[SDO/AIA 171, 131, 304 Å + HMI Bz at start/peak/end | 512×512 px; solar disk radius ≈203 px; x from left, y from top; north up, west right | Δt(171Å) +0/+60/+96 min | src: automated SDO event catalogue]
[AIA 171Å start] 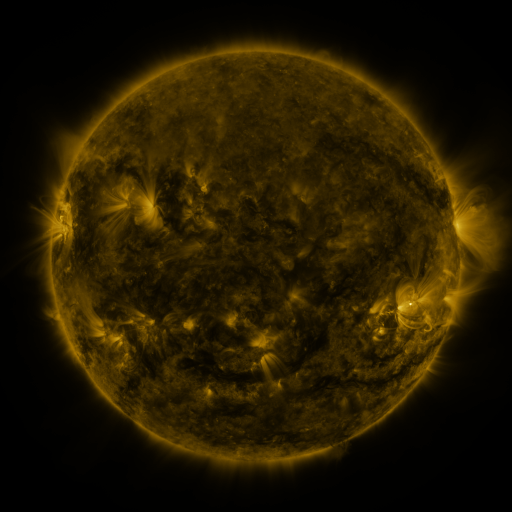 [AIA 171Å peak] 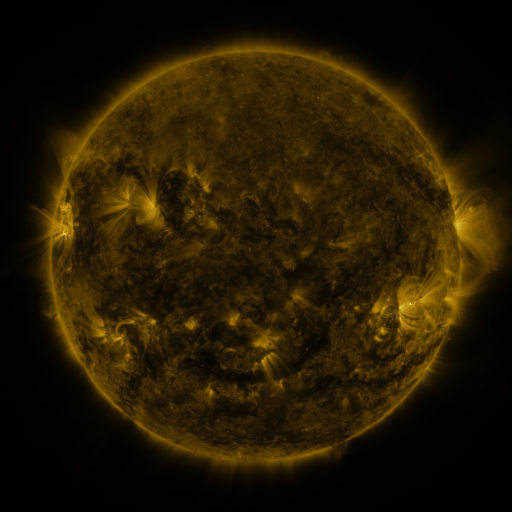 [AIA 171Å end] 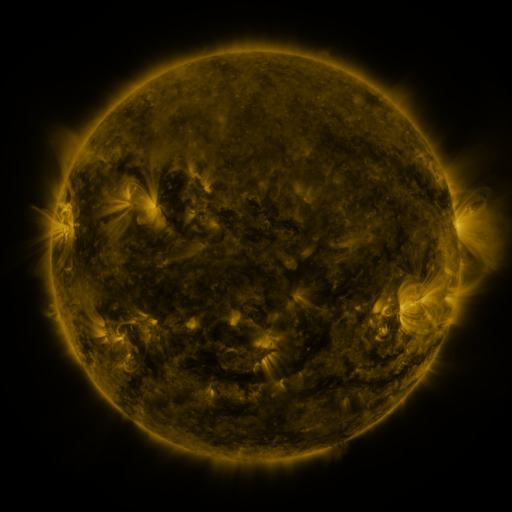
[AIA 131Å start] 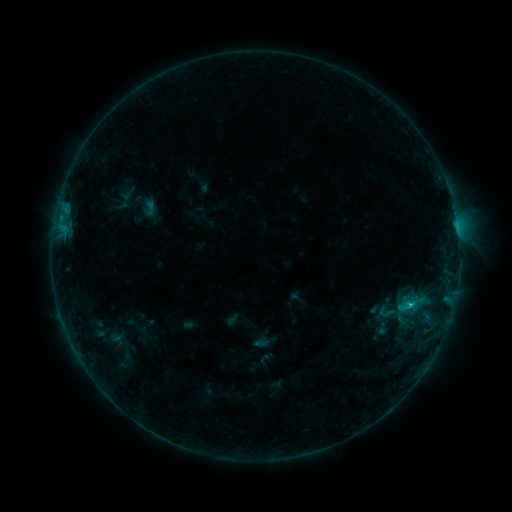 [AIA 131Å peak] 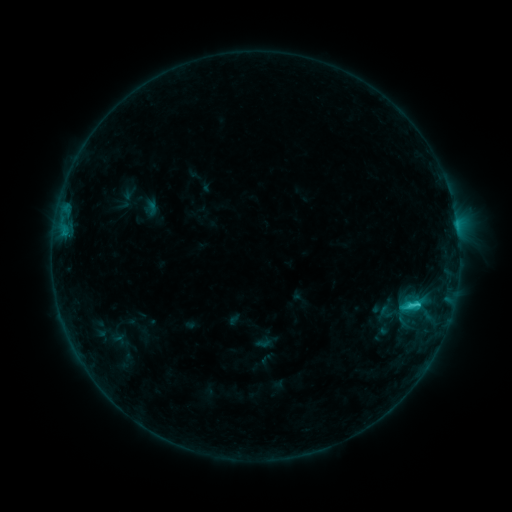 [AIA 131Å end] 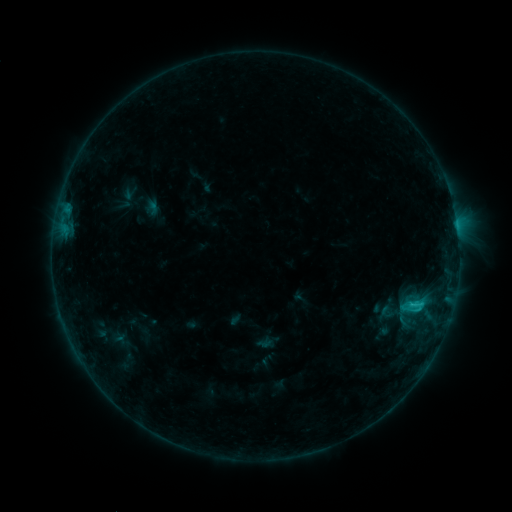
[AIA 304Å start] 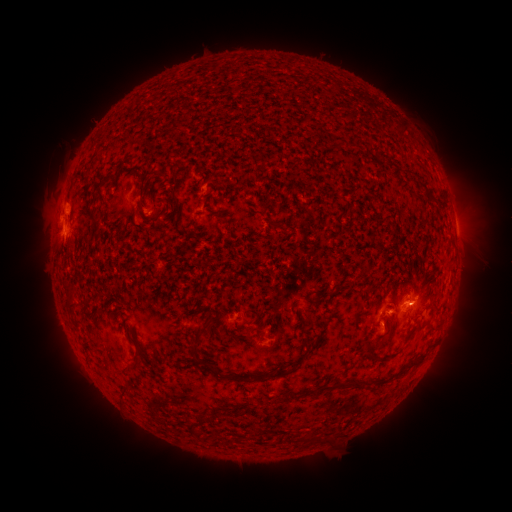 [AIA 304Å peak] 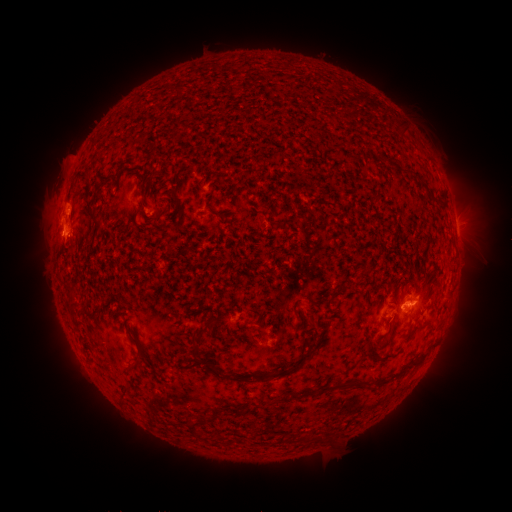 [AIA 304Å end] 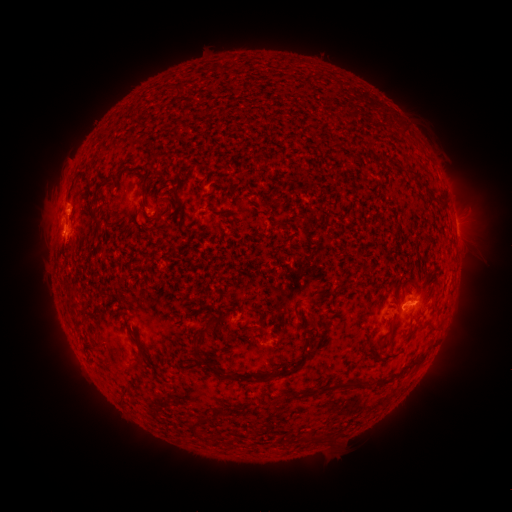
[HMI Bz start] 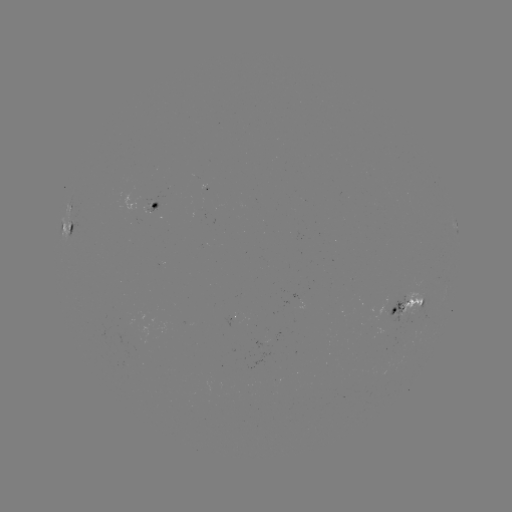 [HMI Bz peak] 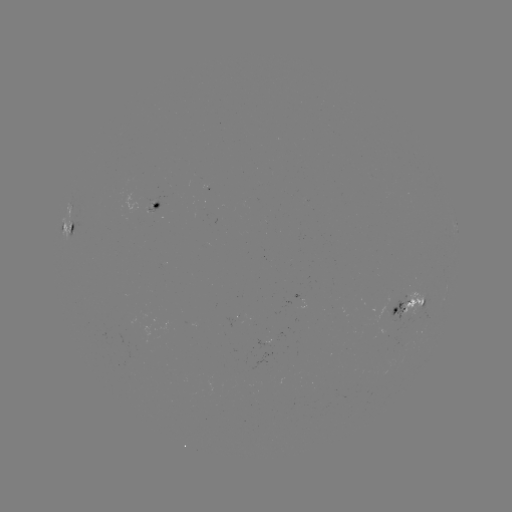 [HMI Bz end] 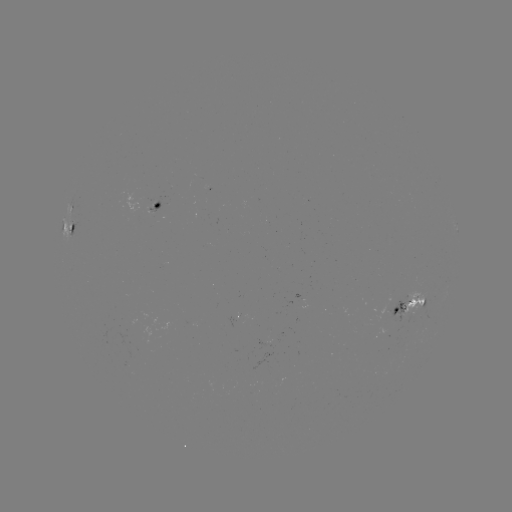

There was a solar emerging-flux region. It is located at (266, 350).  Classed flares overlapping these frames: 1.